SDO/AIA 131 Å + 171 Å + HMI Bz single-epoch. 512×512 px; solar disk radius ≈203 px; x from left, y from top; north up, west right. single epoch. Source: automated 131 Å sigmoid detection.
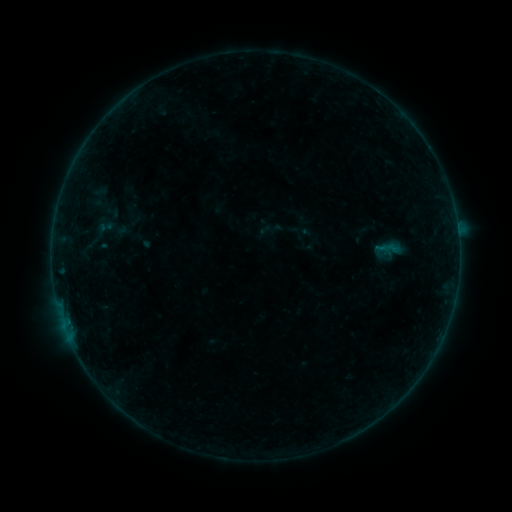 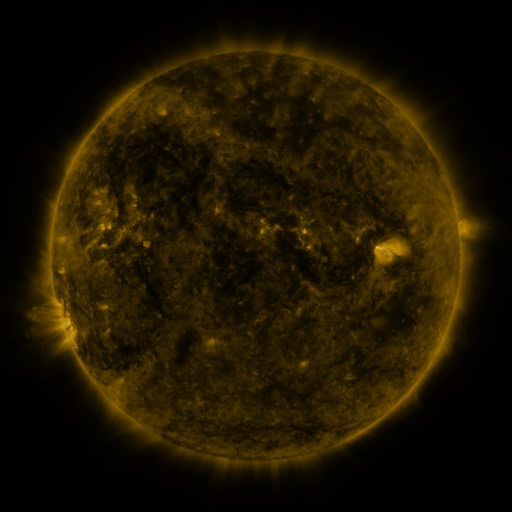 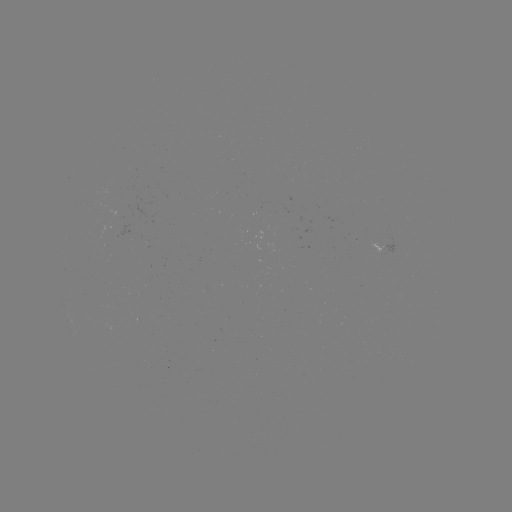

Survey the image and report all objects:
sigmoid: (98, 218, 113, 235)
